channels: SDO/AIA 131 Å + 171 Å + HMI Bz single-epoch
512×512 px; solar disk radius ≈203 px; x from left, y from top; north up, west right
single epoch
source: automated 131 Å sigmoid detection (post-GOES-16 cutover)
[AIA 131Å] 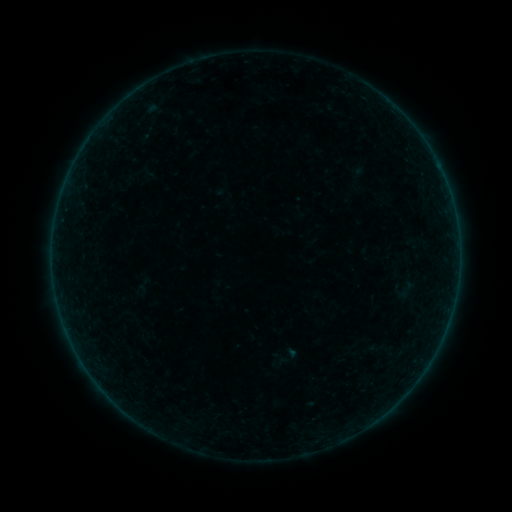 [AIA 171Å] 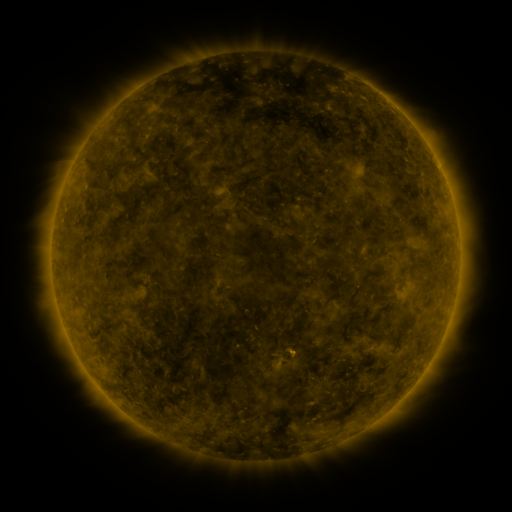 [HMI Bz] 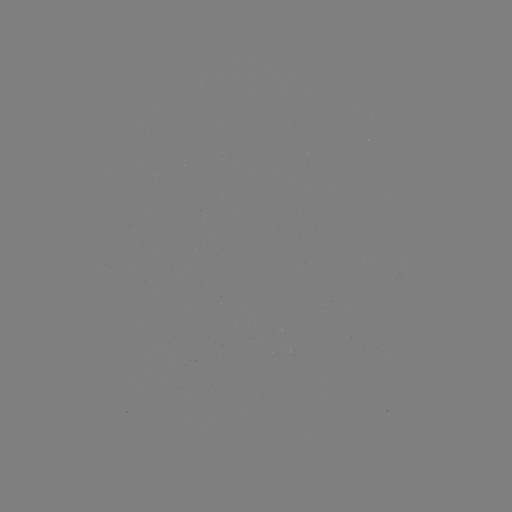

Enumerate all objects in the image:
sigmoid: (135, 273, 152, 292)
